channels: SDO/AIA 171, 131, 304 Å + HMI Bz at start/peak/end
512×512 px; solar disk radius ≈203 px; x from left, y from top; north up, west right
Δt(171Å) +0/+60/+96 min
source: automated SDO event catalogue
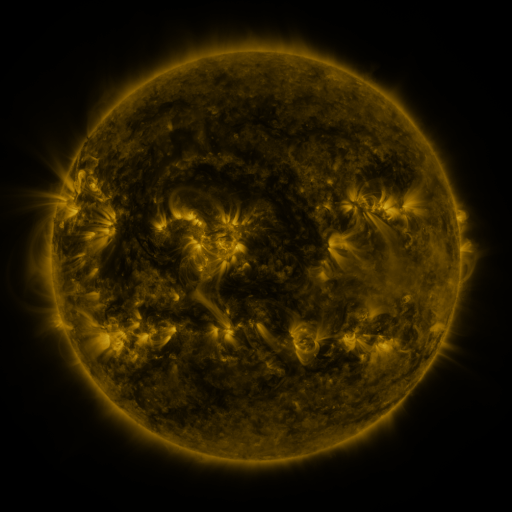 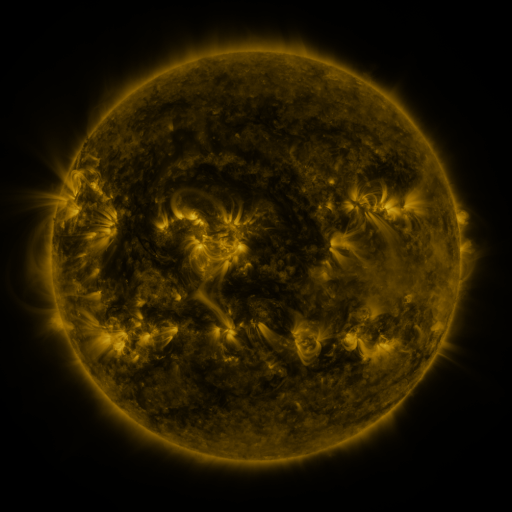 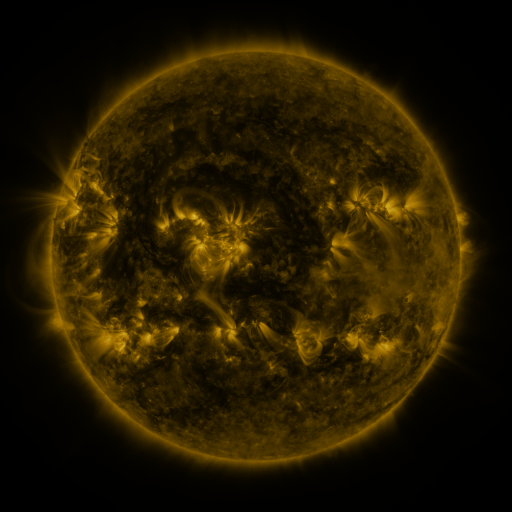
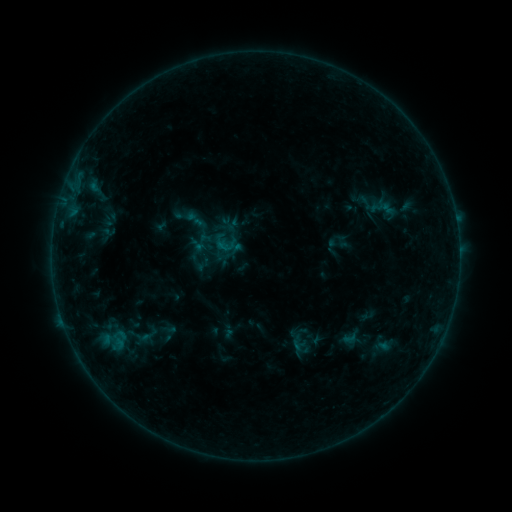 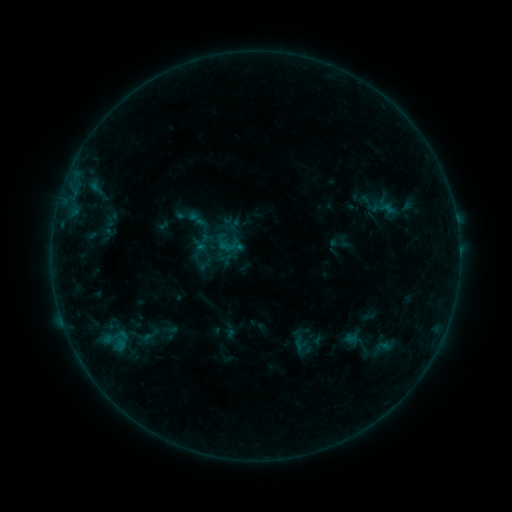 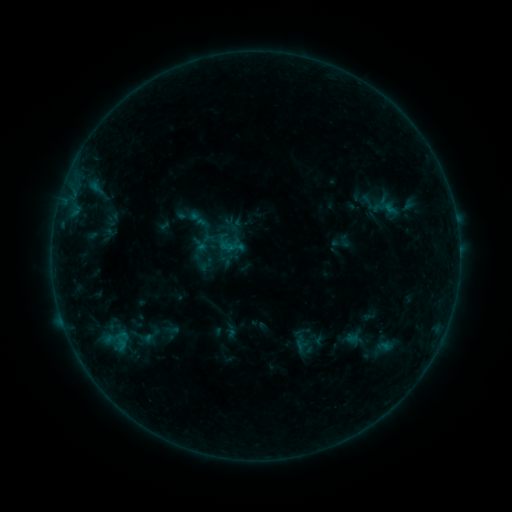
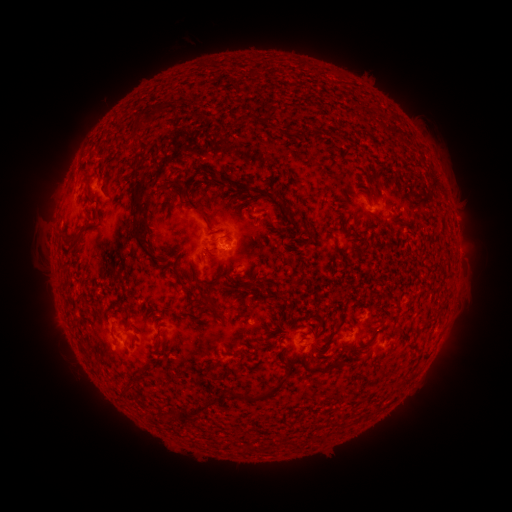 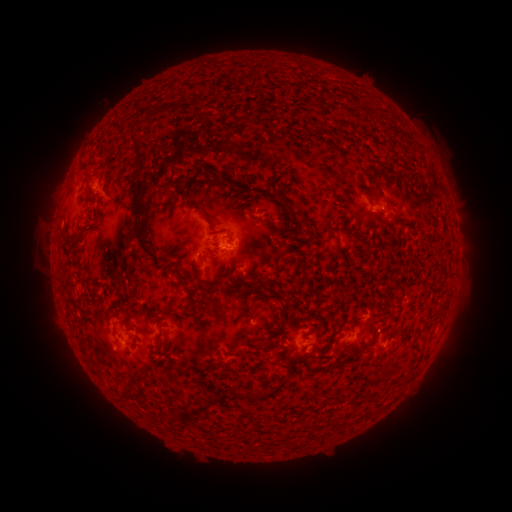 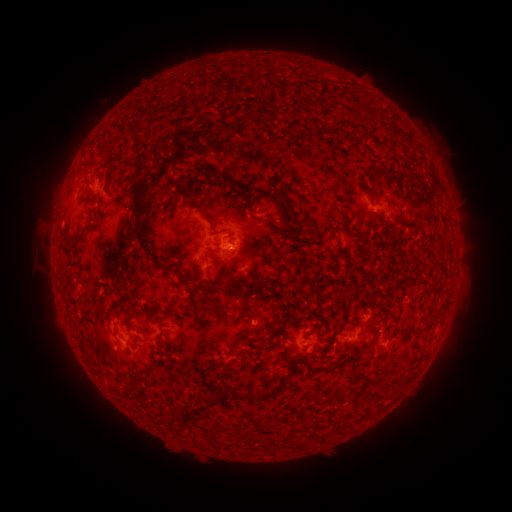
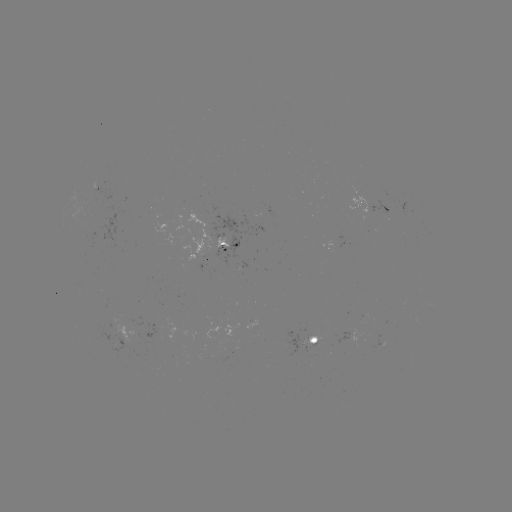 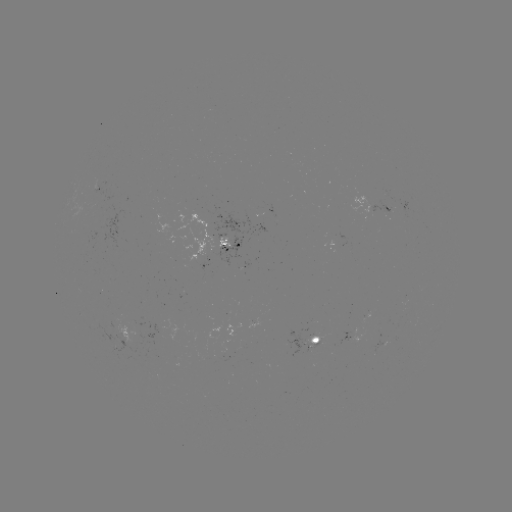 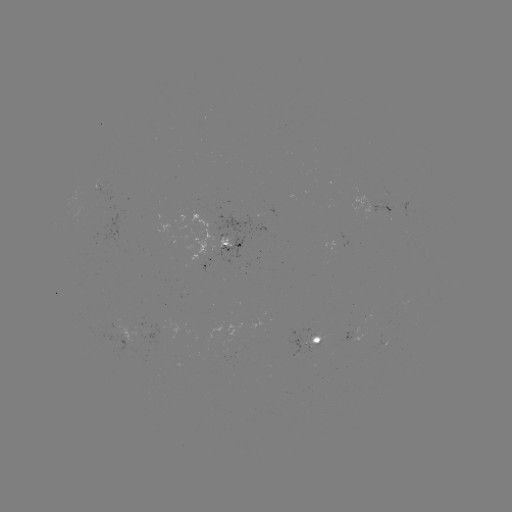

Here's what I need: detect emerging-flux region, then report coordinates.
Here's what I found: emerging-flux region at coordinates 367,203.